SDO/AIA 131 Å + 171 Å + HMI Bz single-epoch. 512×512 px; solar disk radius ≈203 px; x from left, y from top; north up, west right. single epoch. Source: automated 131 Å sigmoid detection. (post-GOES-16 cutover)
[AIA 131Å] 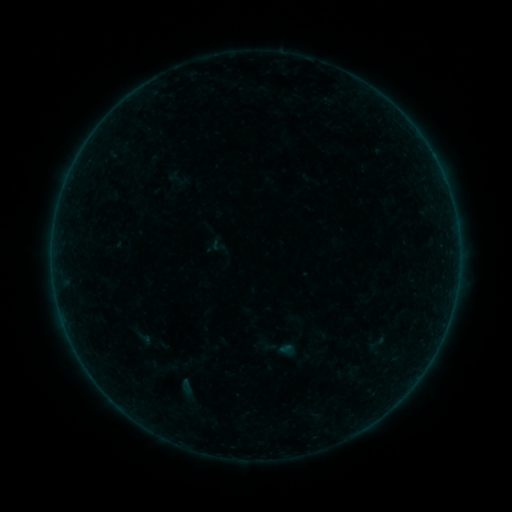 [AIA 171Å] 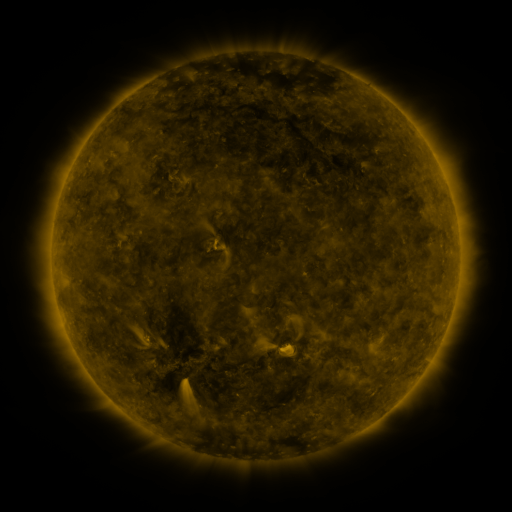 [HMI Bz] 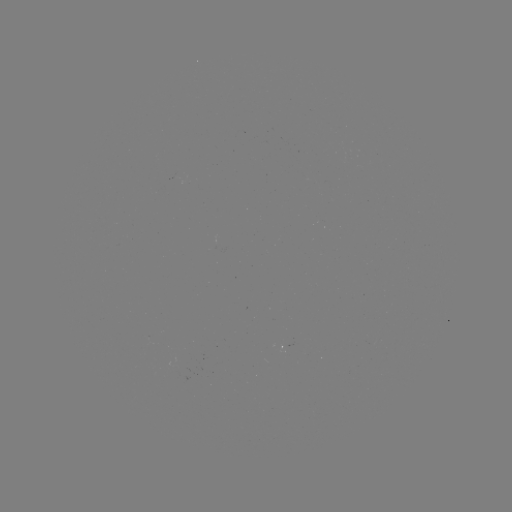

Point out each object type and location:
sigmoid: (218, 246)
sigmoid: (377, 343)
sigmoid: (287, 349)
